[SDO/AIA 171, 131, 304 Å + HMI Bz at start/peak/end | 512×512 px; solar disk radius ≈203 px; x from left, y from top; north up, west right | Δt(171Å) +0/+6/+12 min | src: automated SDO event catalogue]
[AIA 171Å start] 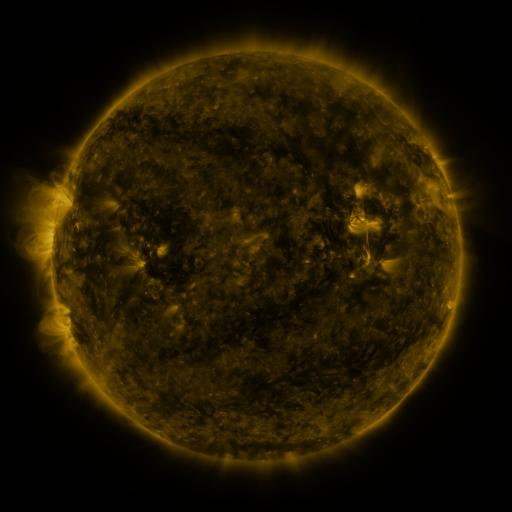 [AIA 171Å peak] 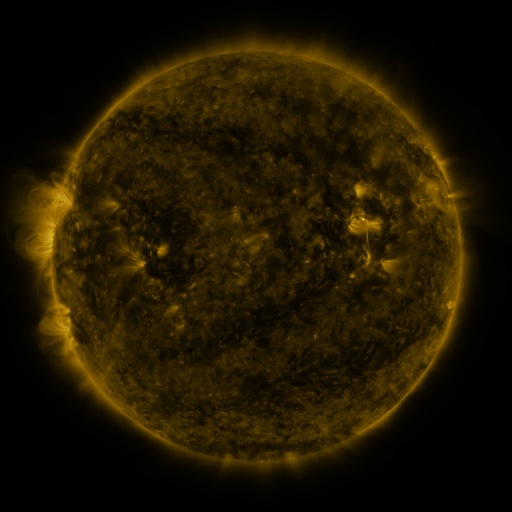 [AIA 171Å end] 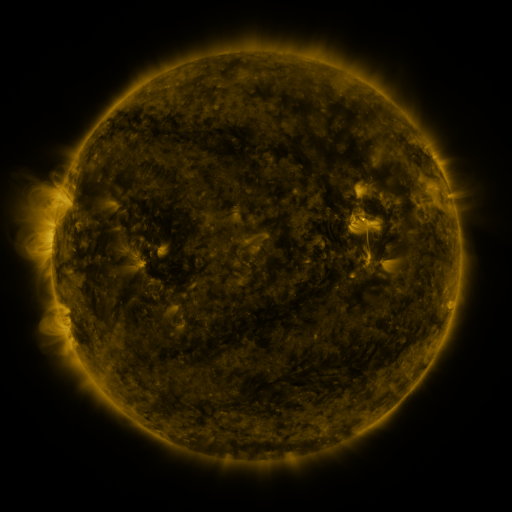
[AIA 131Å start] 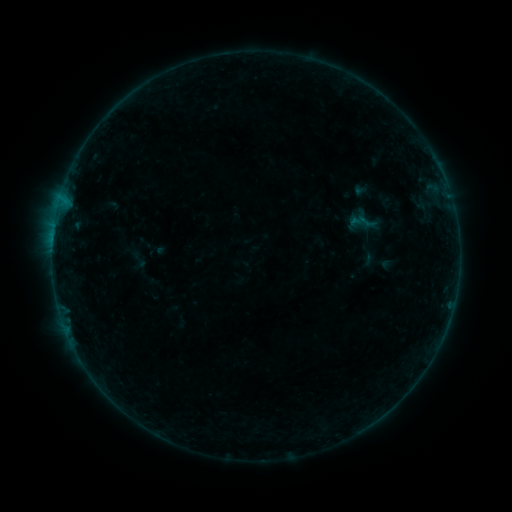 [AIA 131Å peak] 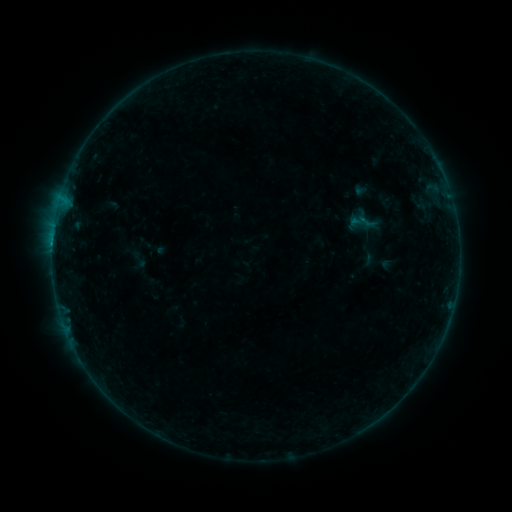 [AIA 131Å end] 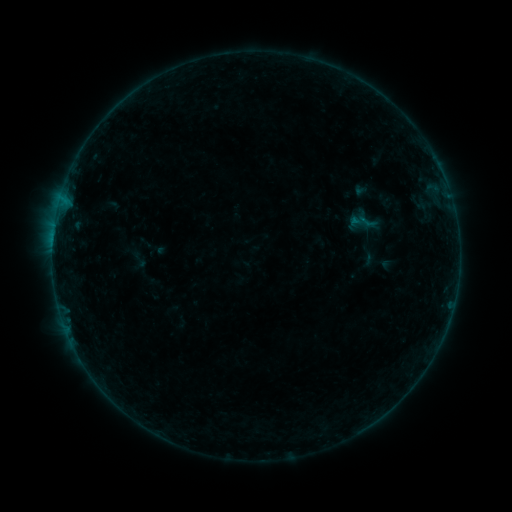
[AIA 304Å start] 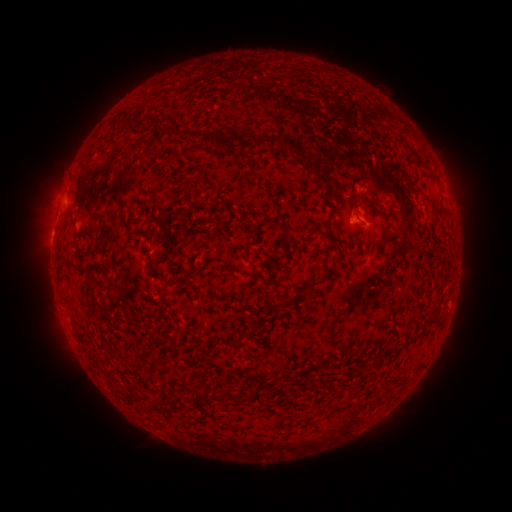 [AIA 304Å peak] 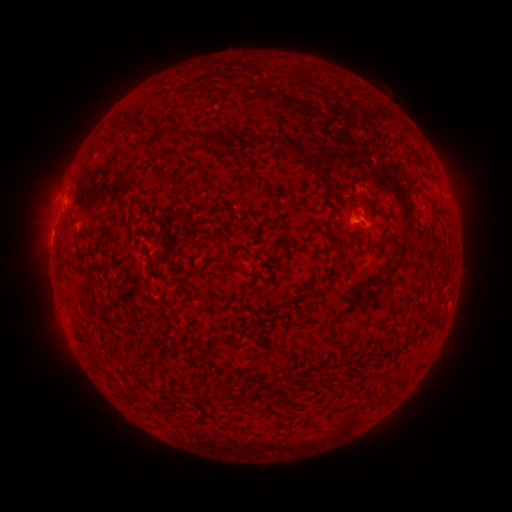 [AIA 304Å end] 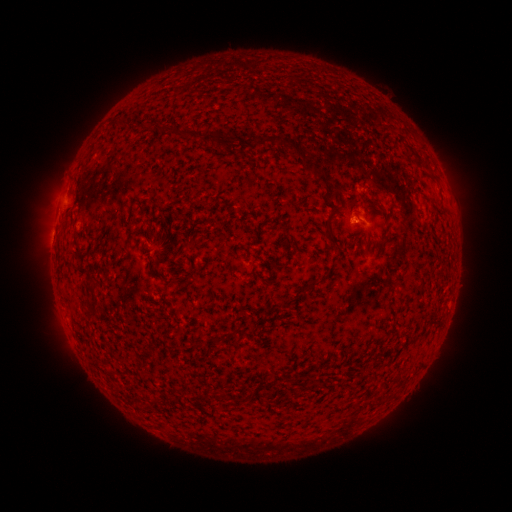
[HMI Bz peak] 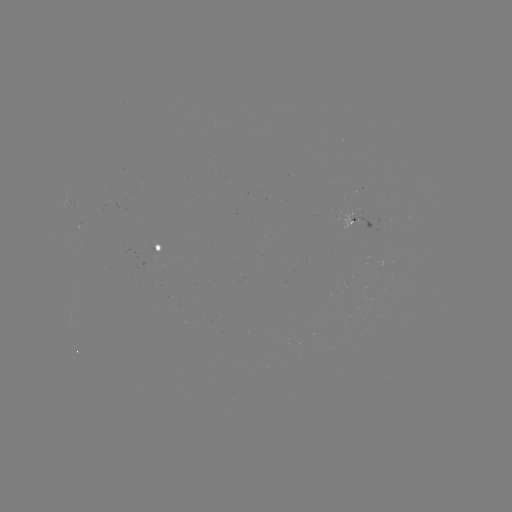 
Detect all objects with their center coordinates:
B1.7 flare: (53, 245)
